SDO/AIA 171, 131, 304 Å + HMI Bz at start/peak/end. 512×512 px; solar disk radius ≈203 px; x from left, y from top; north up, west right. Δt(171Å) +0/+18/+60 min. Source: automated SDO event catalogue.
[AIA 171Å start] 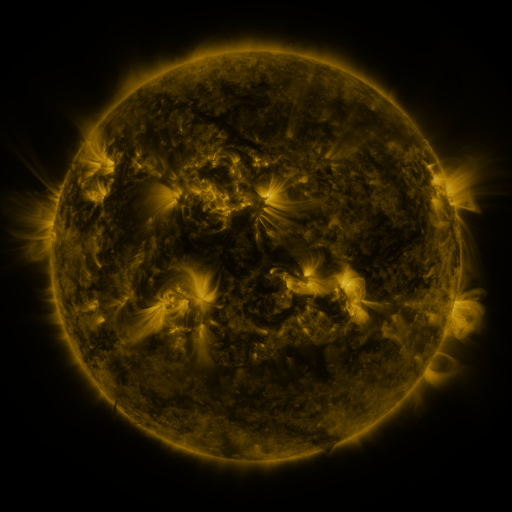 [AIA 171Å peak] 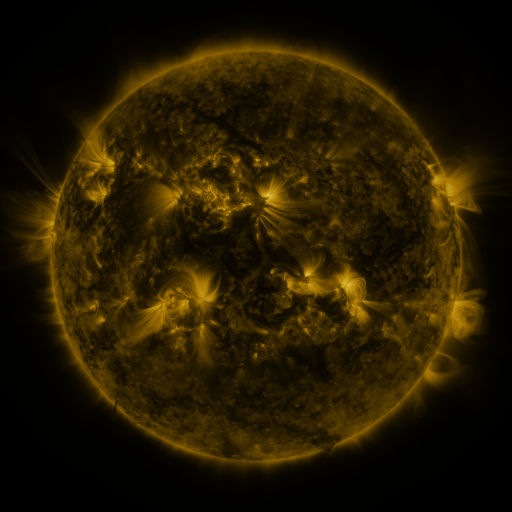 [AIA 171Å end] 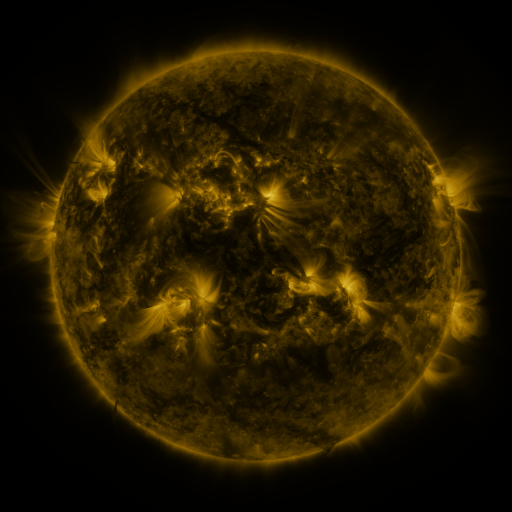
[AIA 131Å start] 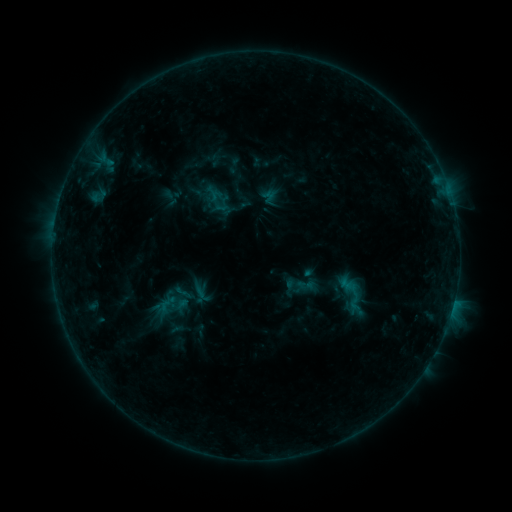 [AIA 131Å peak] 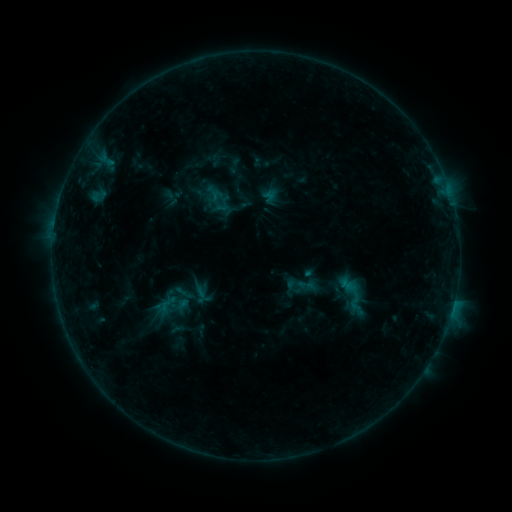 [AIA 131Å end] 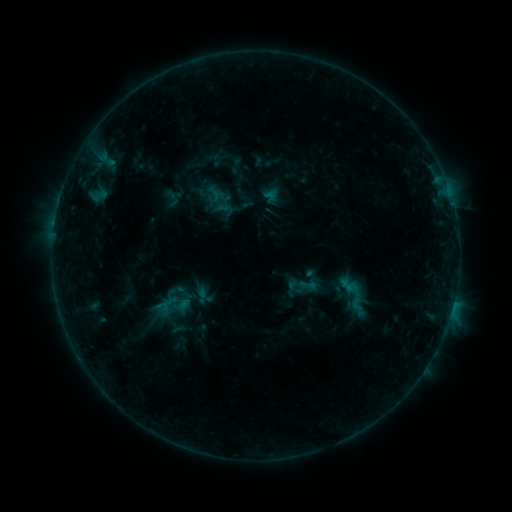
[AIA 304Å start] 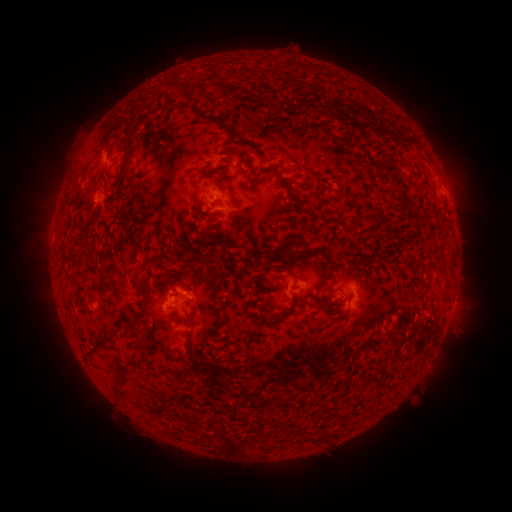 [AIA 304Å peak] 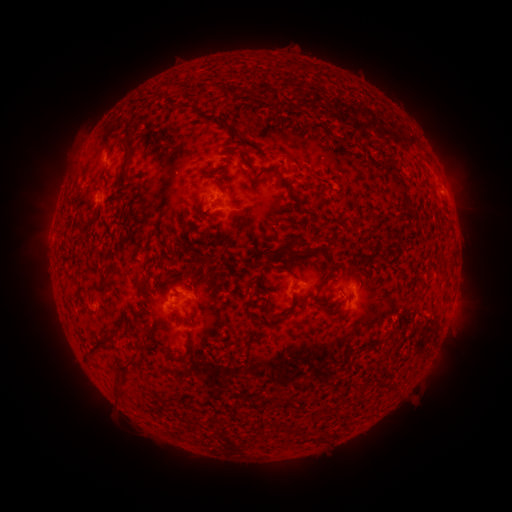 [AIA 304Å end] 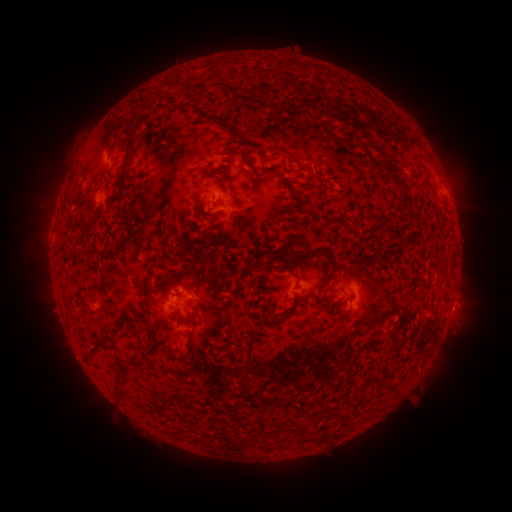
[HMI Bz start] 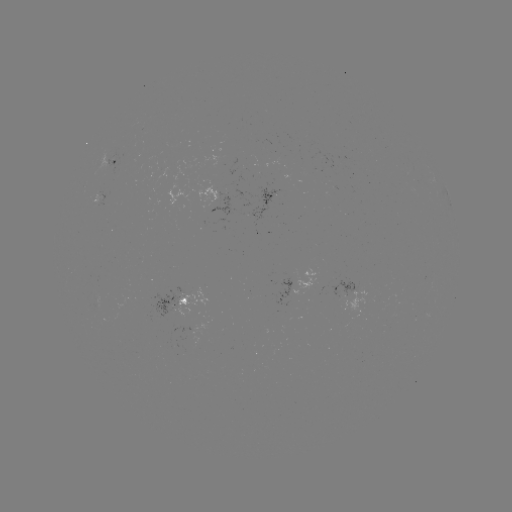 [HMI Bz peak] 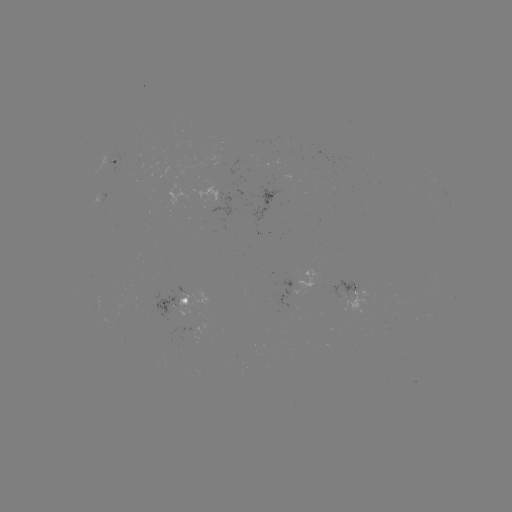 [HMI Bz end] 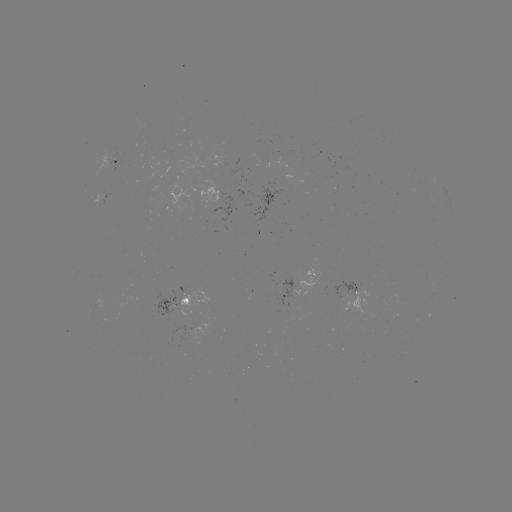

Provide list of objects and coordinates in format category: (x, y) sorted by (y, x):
B4.3 flare: (453, 300)
